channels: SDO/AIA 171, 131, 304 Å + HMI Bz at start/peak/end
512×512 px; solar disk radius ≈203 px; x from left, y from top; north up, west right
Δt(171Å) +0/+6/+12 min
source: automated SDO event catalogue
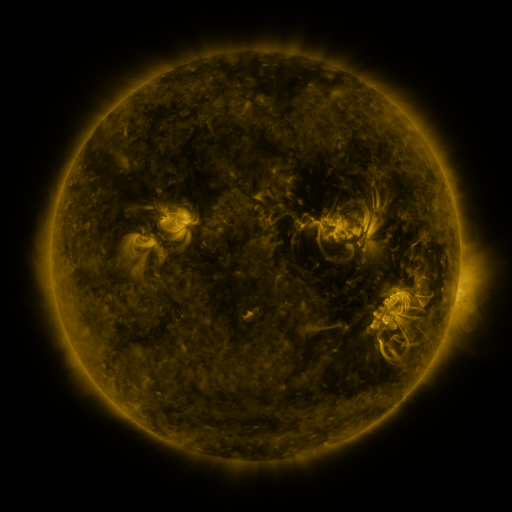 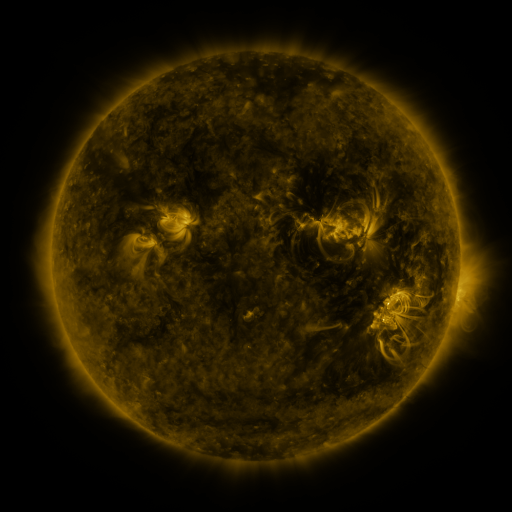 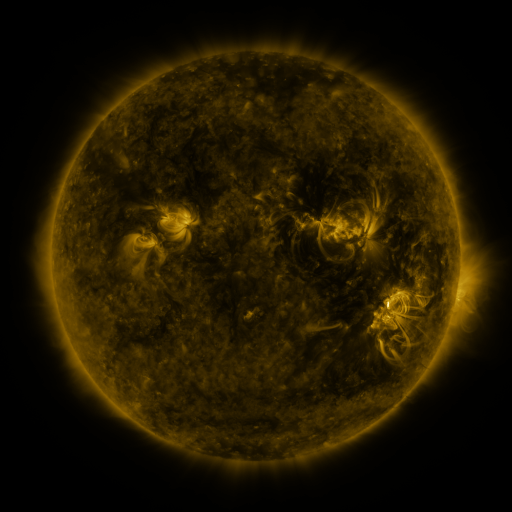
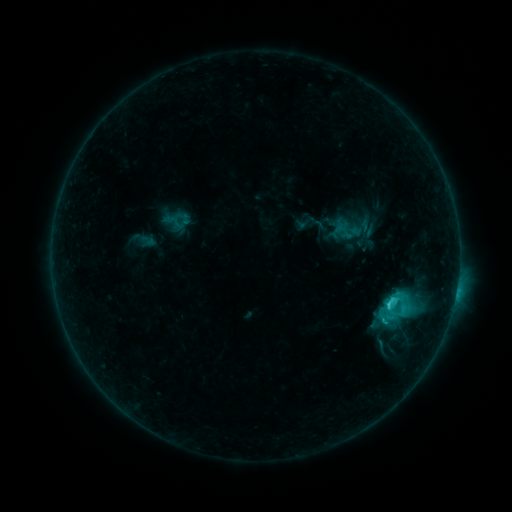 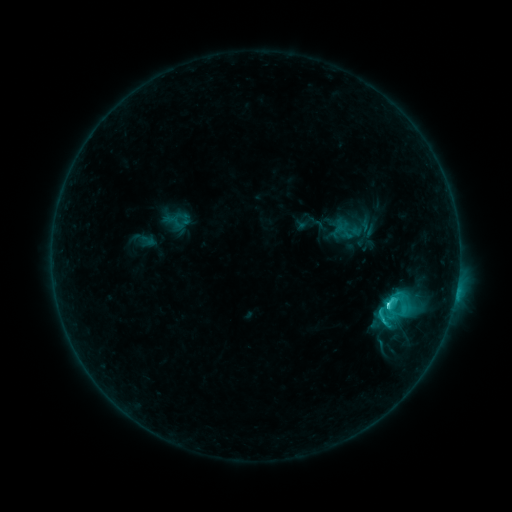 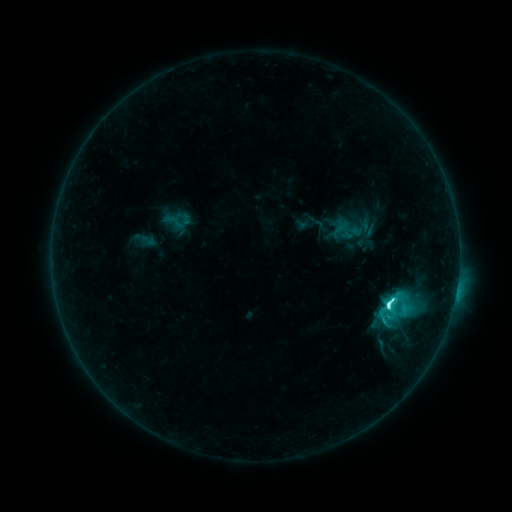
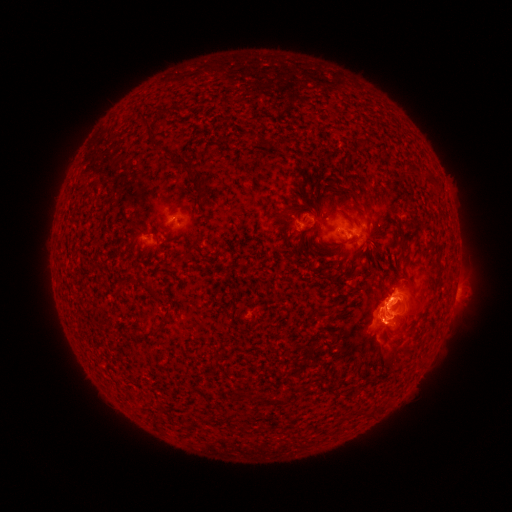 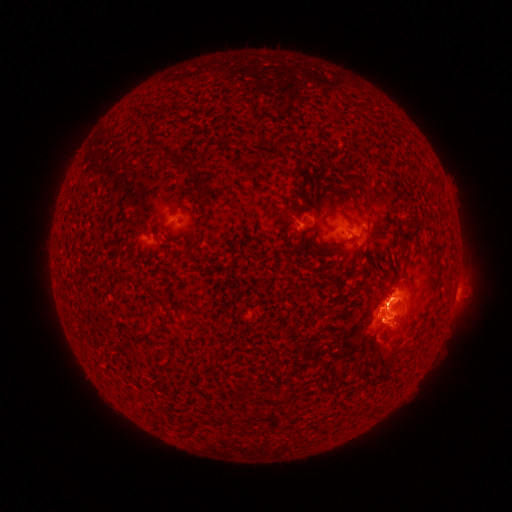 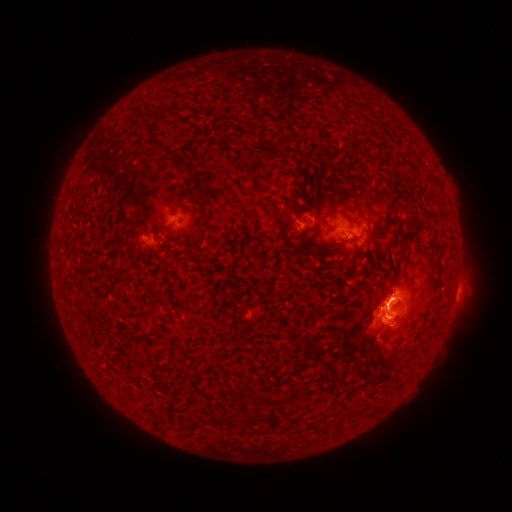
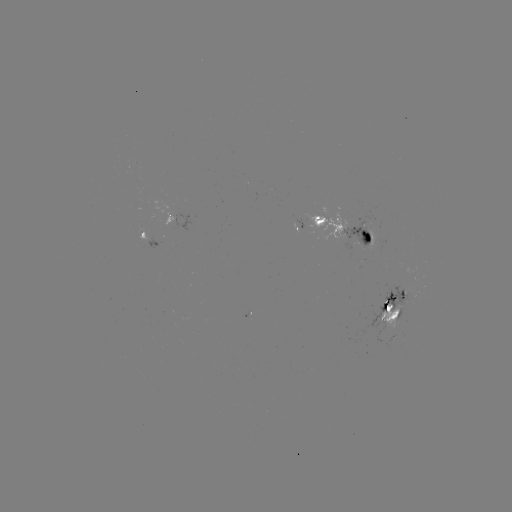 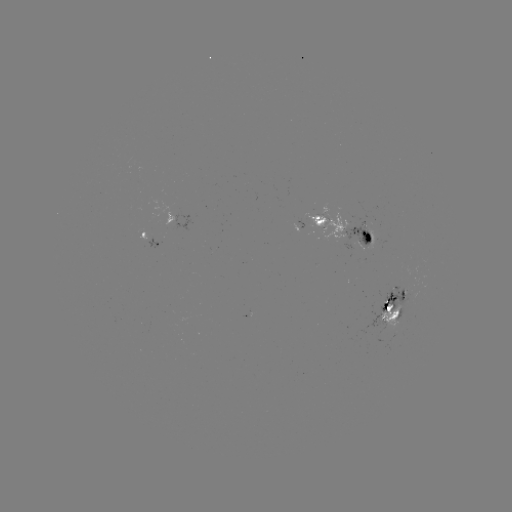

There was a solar flare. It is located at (385, 303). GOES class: M1.2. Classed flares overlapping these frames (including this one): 1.